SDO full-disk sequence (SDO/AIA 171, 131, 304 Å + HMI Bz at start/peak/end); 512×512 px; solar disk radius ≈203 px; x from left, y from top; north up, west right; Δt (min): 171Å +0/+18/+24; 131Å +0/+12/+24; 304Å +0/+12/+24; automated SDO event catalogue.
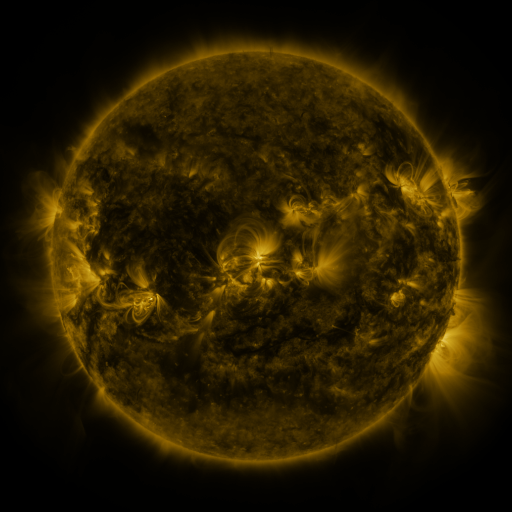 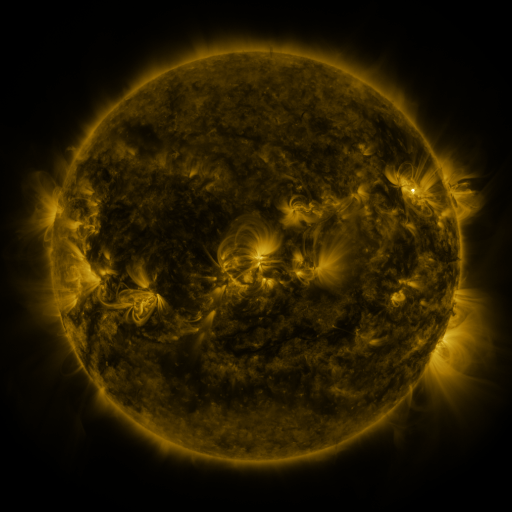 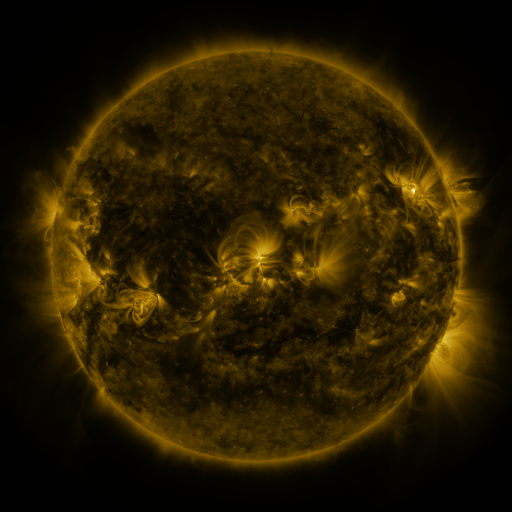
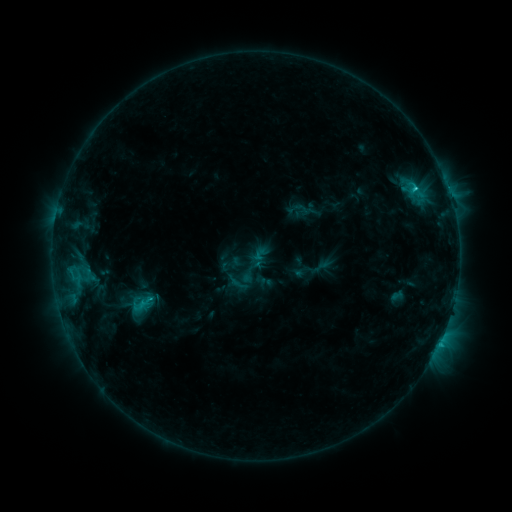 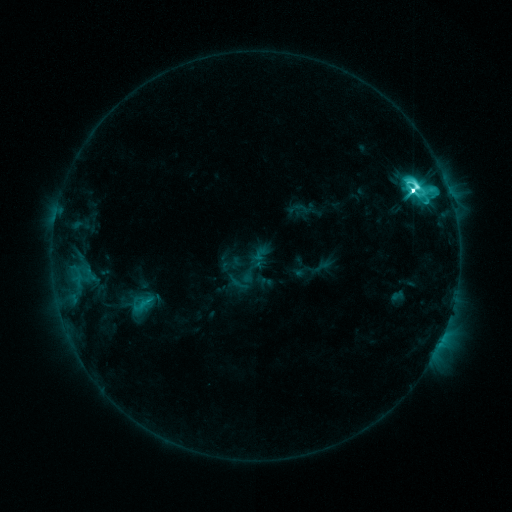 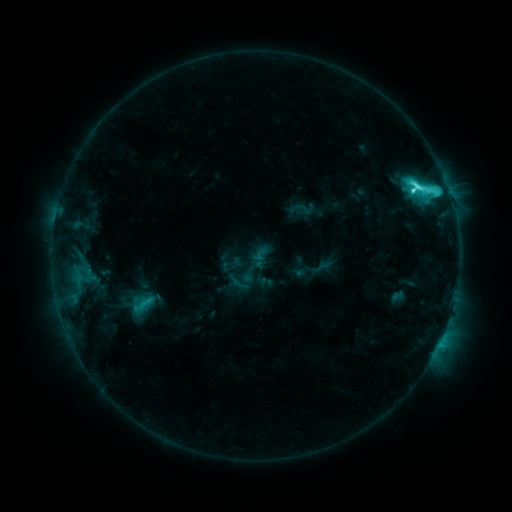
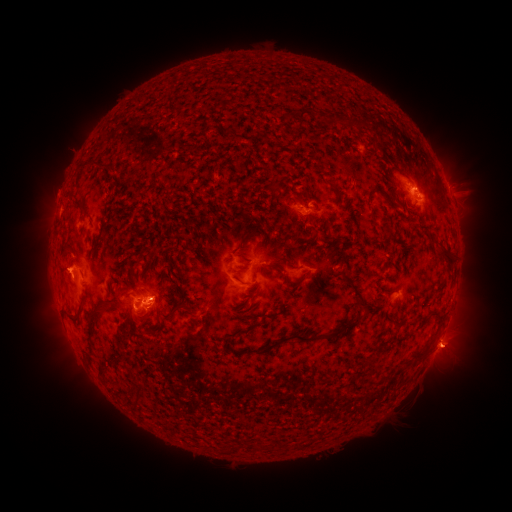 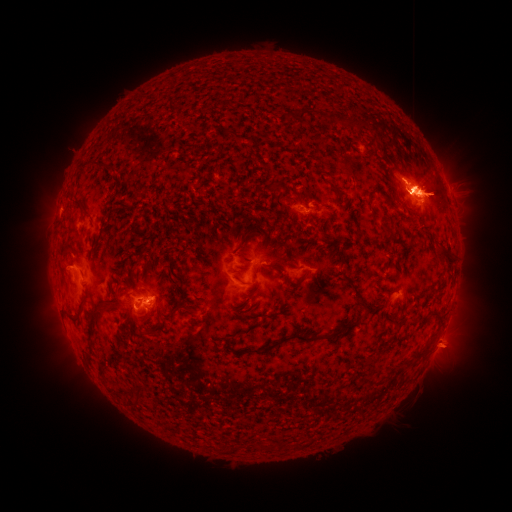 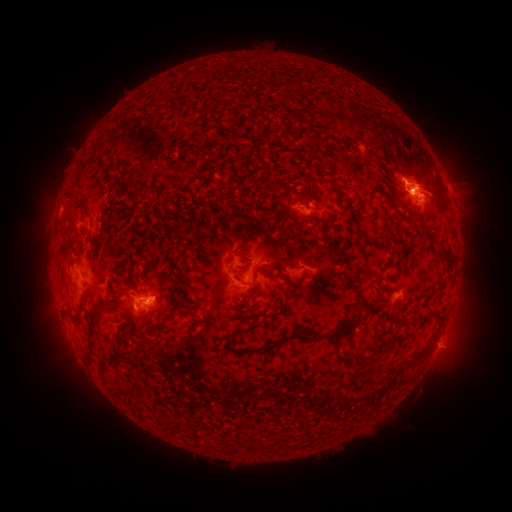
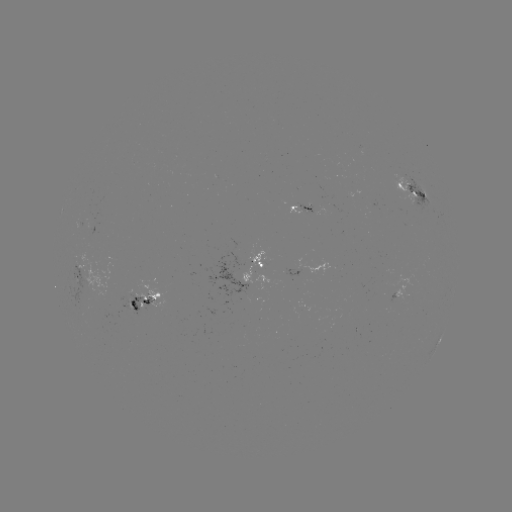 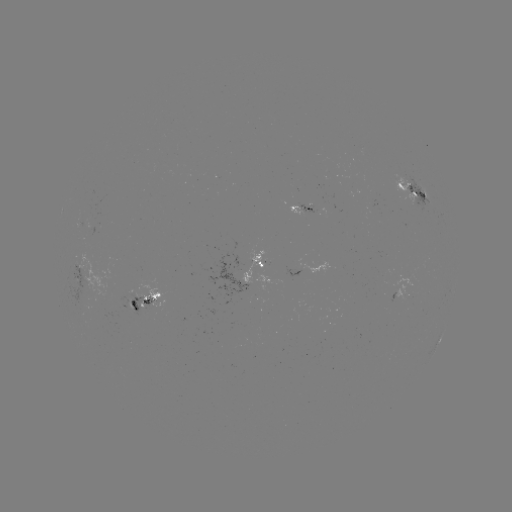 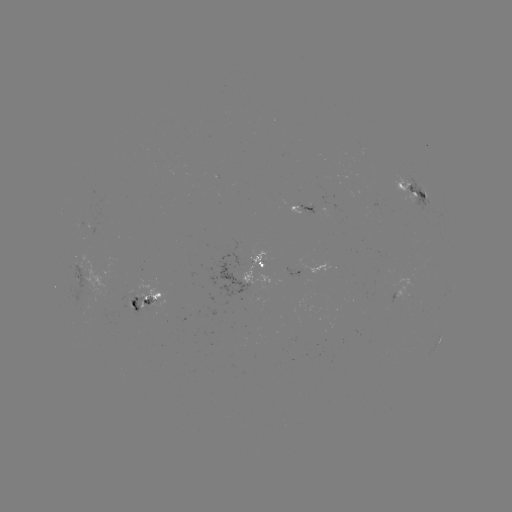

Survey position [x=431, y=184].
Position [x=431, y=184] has eruption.